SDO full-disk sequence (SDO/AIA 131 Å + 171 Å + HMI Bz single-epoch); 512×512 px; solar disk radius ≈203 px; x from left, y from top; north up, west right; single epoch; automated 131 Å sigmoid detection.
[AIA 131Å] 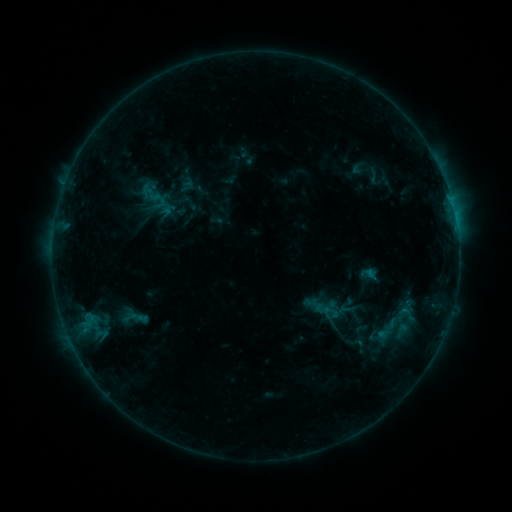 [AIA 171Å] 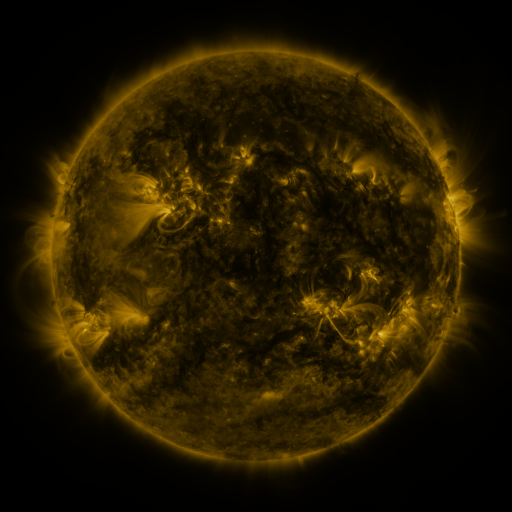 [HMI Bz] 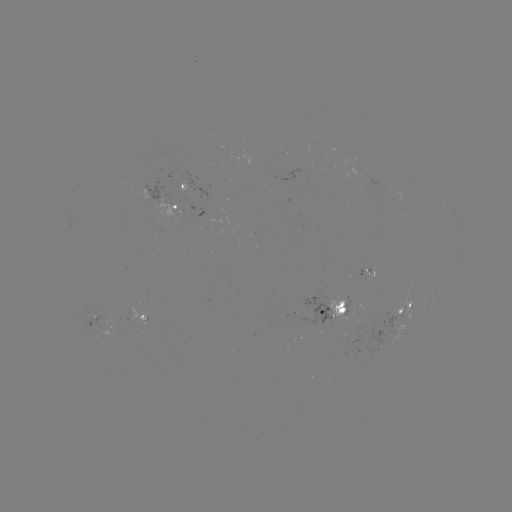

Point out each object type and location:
sigmoid: (150, 190, 168, 208)
sigmoid: (314, 300, 332, 318)
